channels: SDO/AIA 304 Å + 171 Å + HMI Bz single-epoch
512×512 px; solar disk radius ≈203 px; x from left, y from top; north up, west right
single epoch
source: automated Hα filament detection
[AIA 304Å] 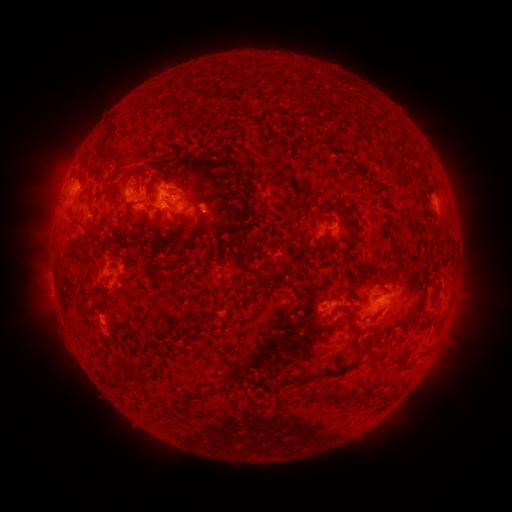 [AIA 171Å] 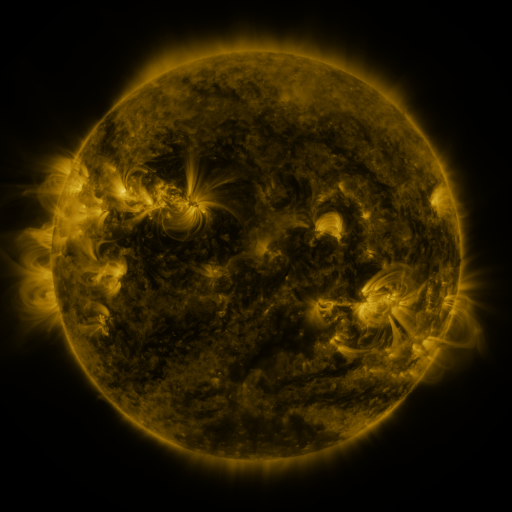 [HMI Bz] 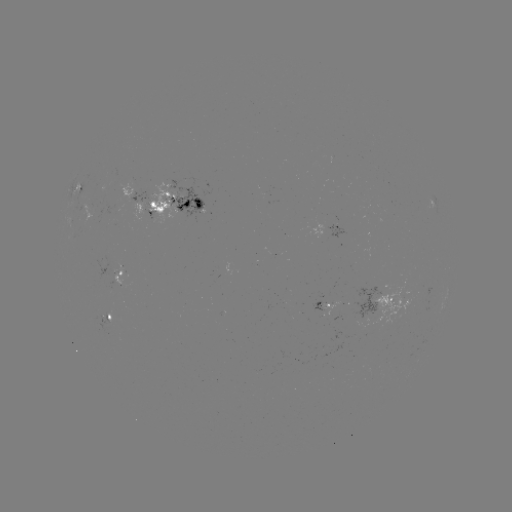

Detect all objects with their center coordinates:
filament: (176, 117)
filament: (209, 153)
filament: (196, 160)
filament: (111, 161)
filament: (87, 193)
filament: (111, 198)
filament: (211, 203)
filament: (186, 204)
filament: (126, 208)
filament: (252, 209)
filament: (291, 218)
filament: (148, 223)
filament: (119, 228)
filament: (356, 229)
filament: (242, 236)
filament: (144, 244)
filament: (190, 245)
filament: (308, 251)
filament: (355, 277)
filament: (157, 279)
filament: (423, 297)
filament: (155, 352)
filament: (405, 361)
filament: (328, 372)
filament: (133, 373)
filament: (214, 391)
filament: (226, 410)
